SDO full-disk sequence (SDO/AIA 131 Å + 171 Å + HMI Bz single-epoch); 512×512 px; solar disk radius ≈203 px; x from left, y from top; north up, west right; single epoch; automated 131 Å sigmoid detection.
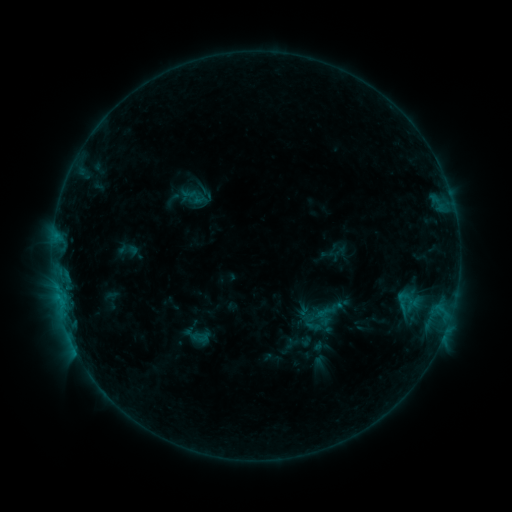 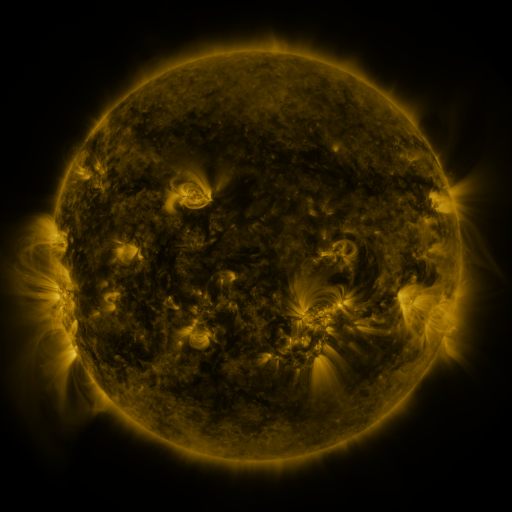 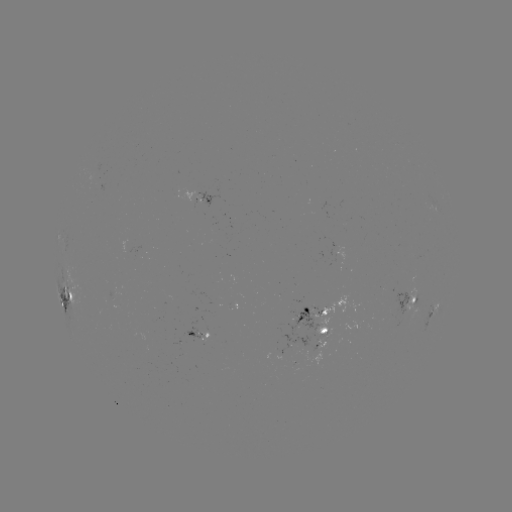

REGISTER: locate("sigmoid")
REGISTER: [403, 301]